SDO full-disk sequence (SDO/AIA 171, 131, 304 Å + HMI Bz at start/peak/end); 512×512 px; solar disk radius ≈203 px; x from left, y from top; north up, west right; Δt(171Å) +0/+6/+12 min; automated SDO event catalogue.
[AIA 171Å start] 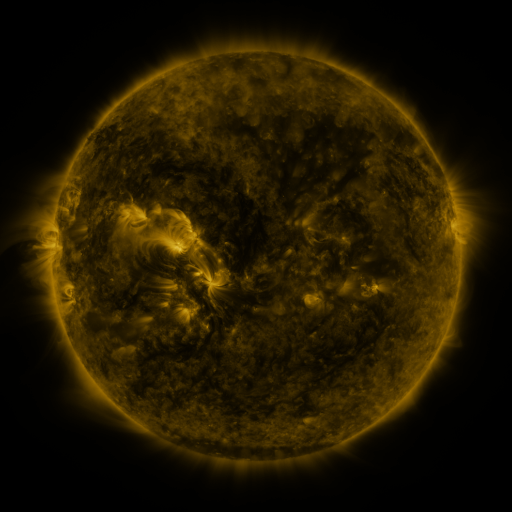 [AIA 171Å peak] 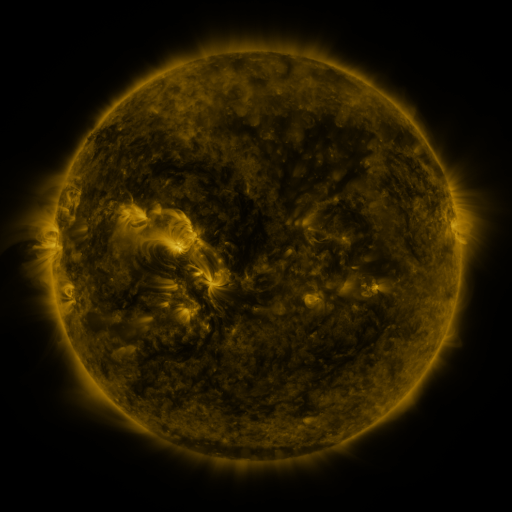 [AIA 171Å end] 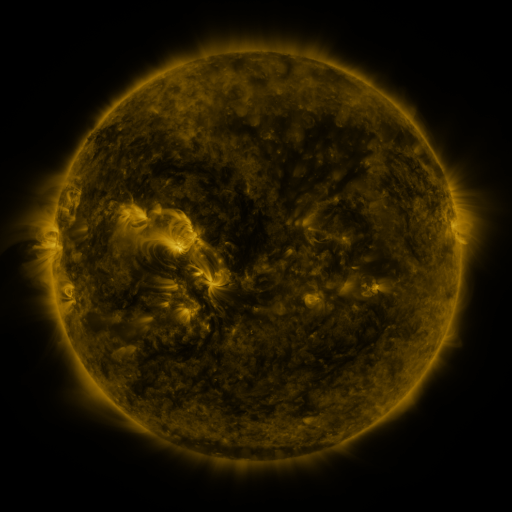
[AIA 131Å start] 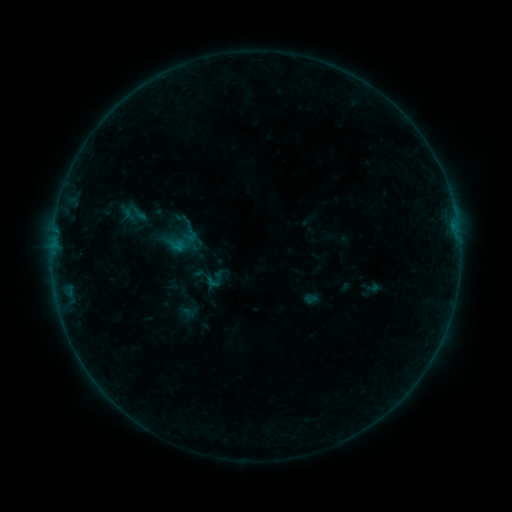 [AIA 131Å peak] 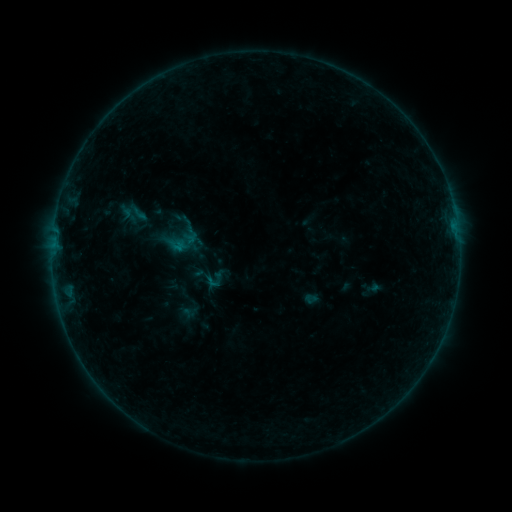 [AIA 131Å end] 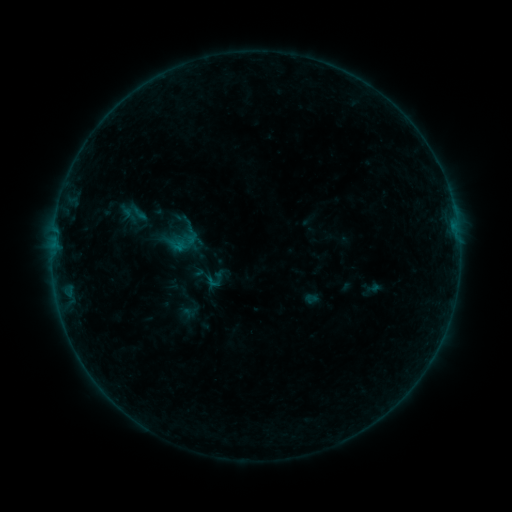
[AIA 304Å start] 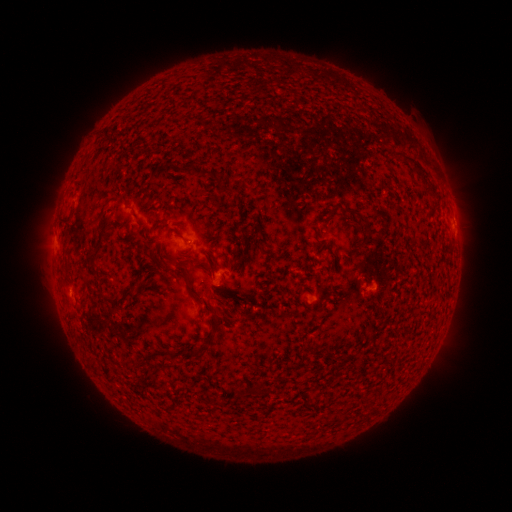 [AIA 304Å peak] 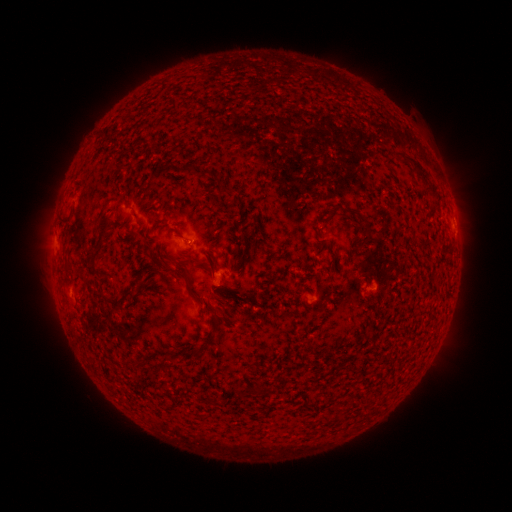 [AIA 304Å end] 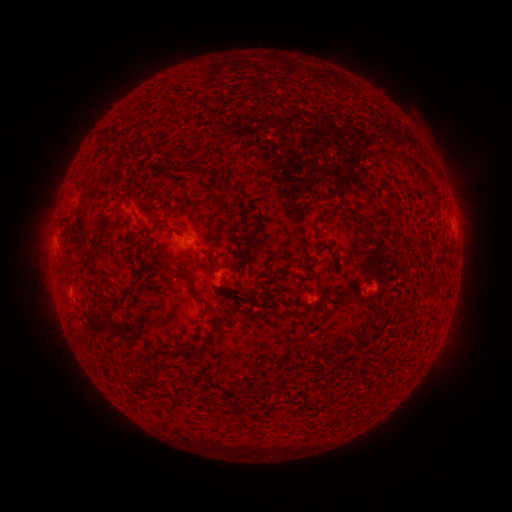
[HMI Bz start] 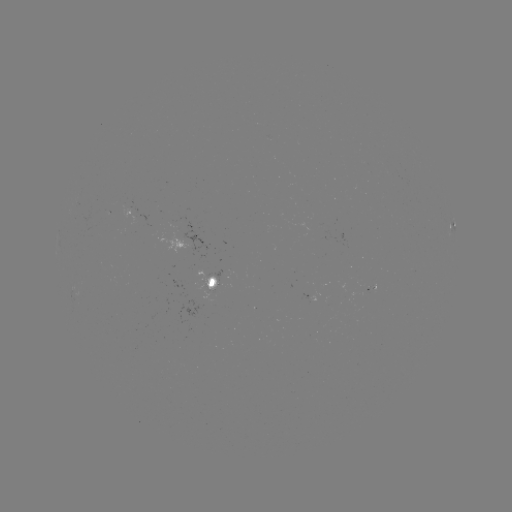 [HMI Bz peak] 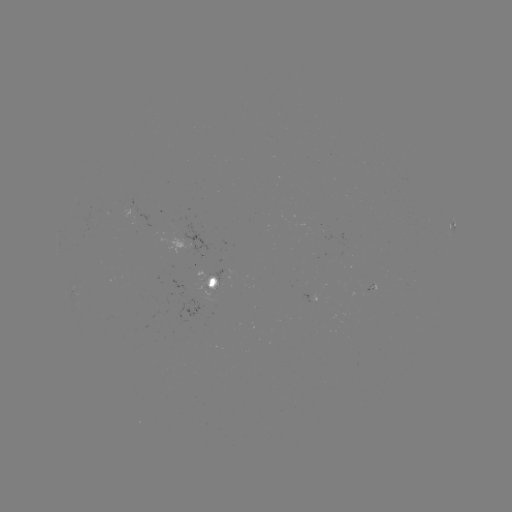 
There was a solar flare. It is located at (193, 241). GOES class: B1.7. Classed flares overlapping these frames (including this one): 1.